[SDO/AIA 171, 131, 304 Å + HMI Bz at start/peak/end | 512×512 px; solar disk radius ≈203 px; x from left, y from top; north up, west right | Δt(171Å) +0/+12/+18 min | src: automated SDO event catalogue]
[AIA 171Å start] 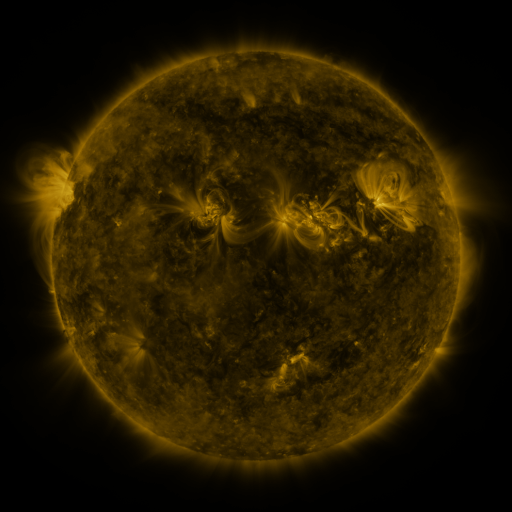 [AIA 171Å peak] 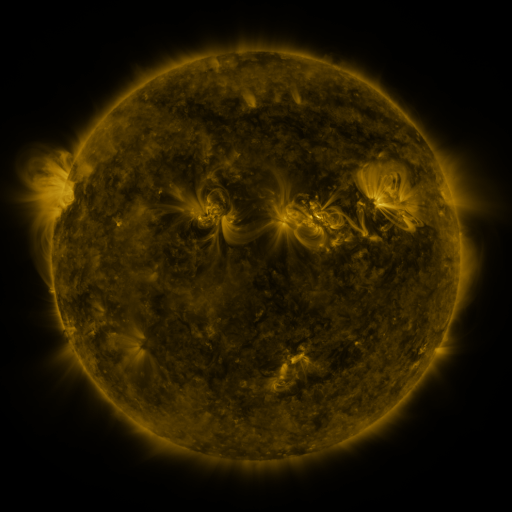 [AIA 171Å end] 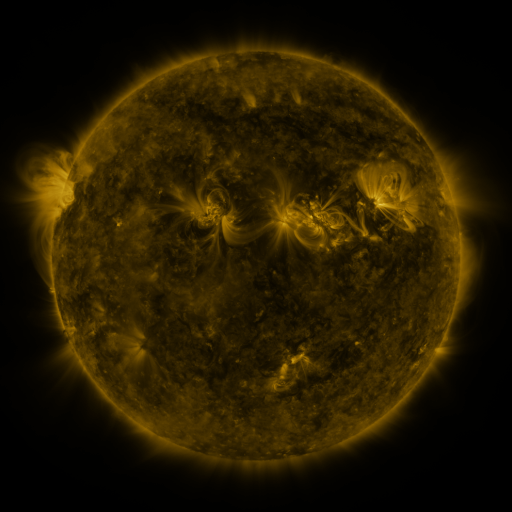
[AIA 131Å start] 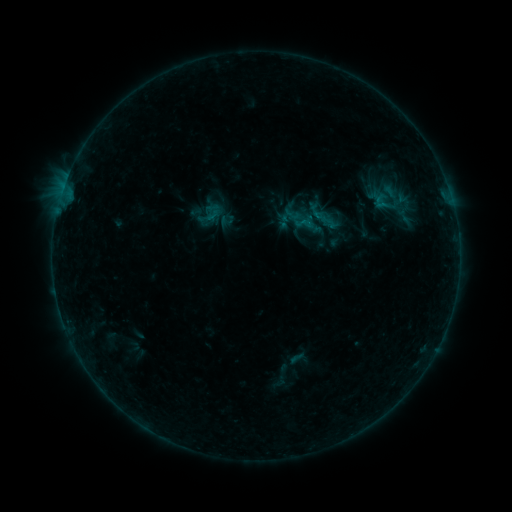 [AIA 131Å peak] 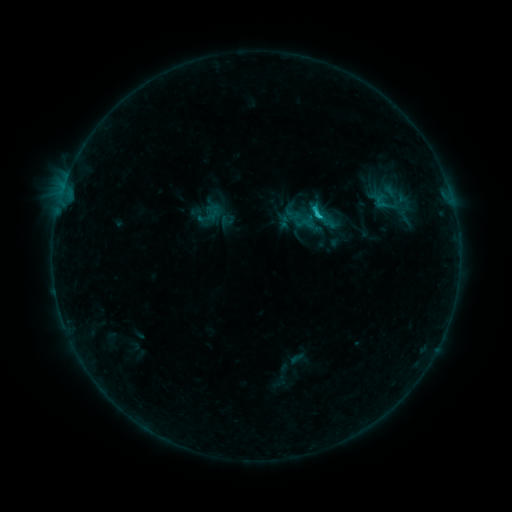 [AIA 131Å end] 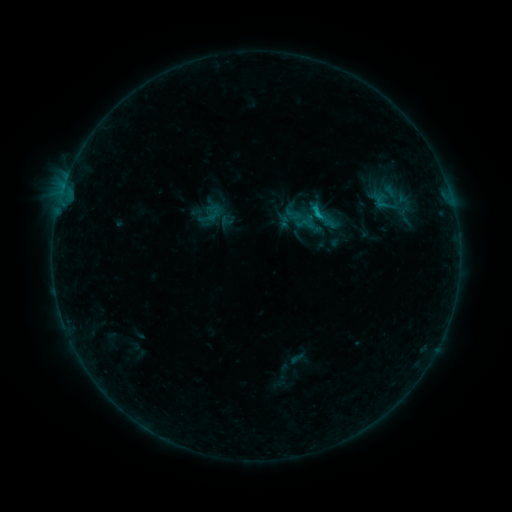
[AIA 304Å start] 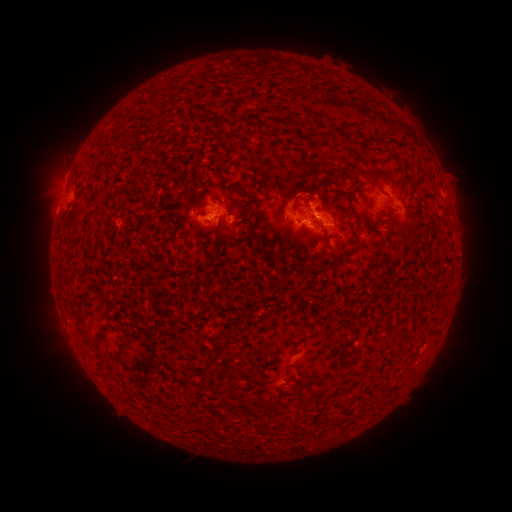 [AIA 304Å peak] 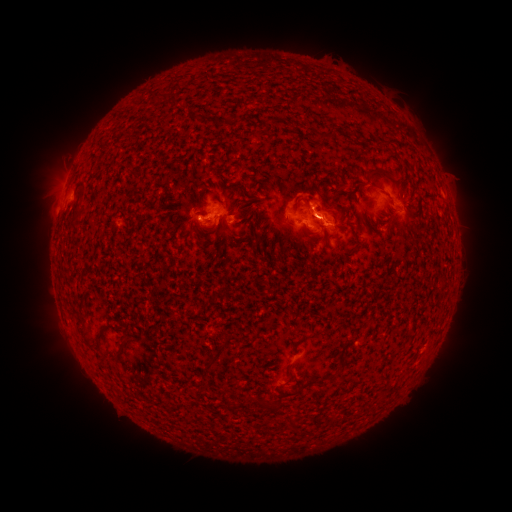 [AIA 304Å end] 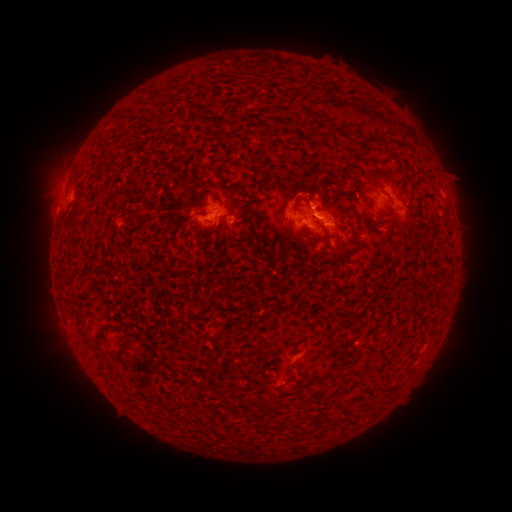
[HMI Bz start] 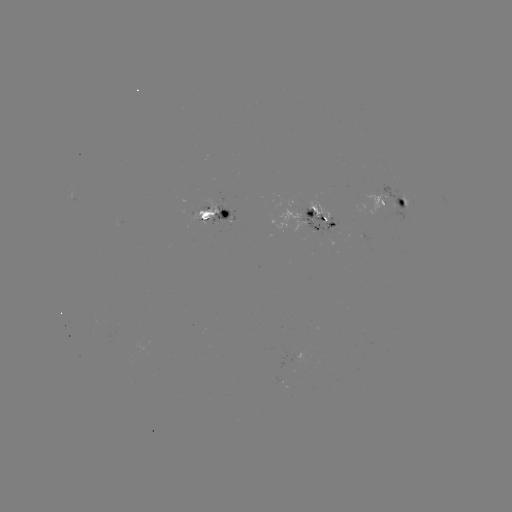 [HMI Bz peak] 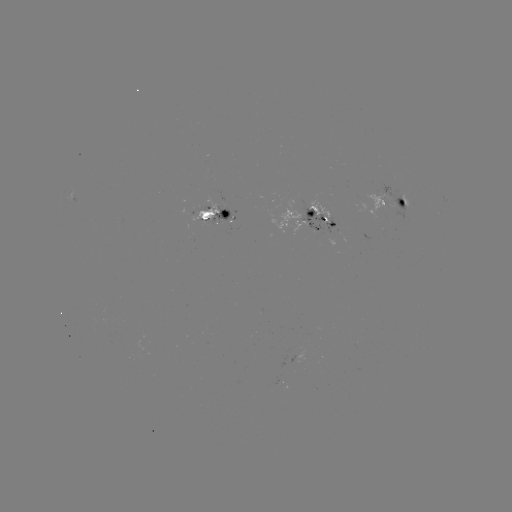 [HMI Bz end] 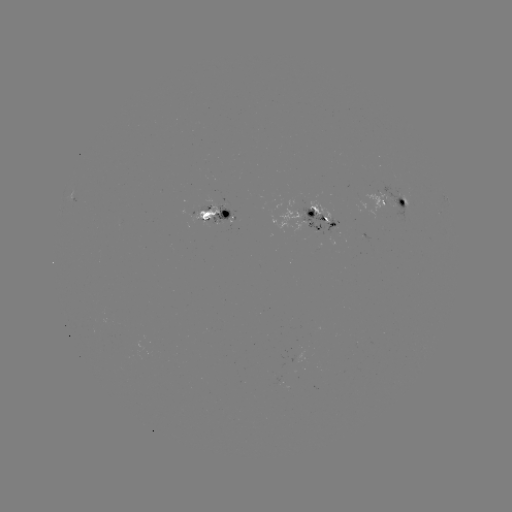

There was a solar flare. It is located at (316, 219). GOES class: C1.1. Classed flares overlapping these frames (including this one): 1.